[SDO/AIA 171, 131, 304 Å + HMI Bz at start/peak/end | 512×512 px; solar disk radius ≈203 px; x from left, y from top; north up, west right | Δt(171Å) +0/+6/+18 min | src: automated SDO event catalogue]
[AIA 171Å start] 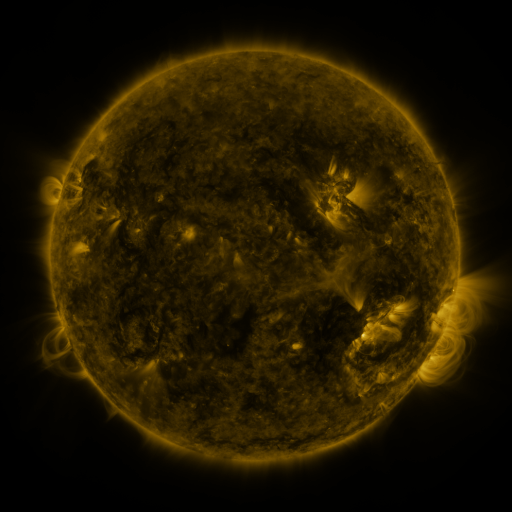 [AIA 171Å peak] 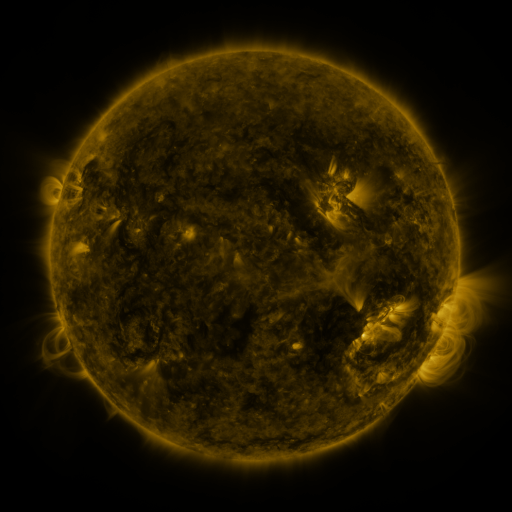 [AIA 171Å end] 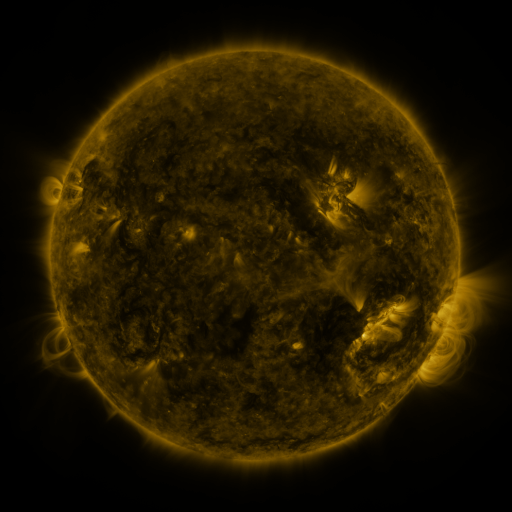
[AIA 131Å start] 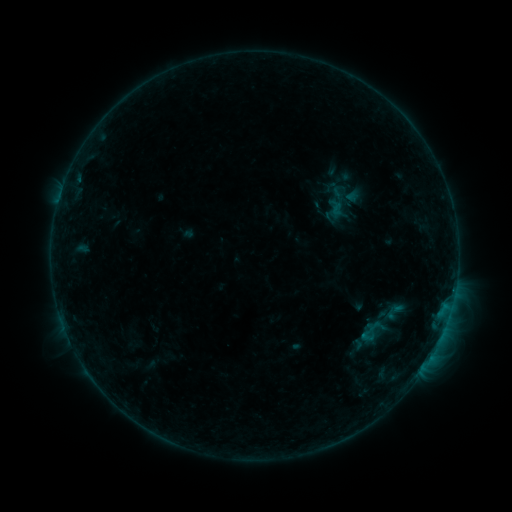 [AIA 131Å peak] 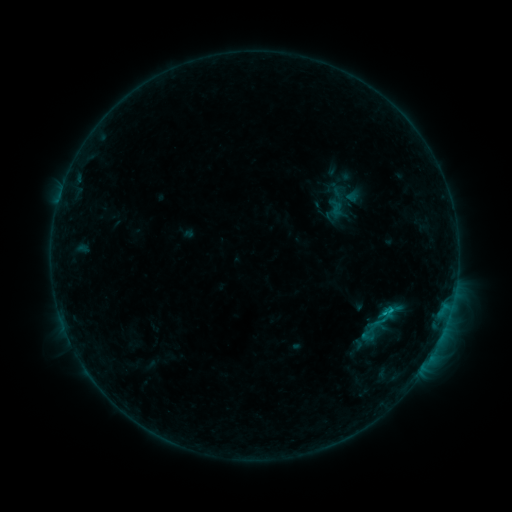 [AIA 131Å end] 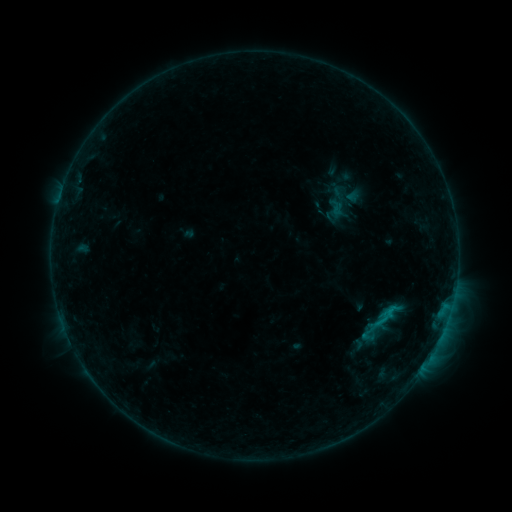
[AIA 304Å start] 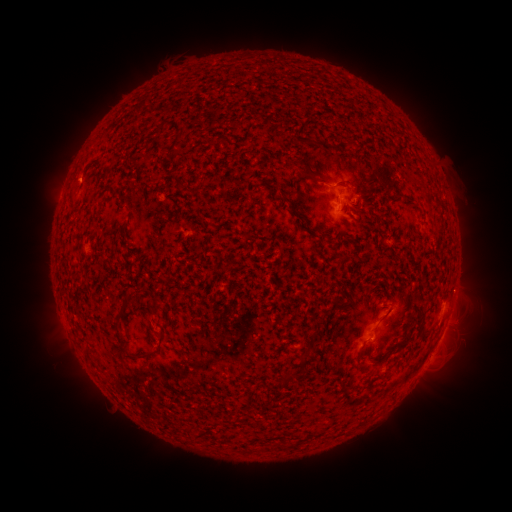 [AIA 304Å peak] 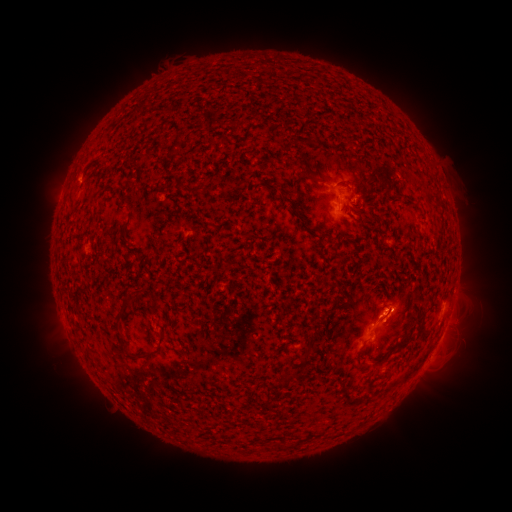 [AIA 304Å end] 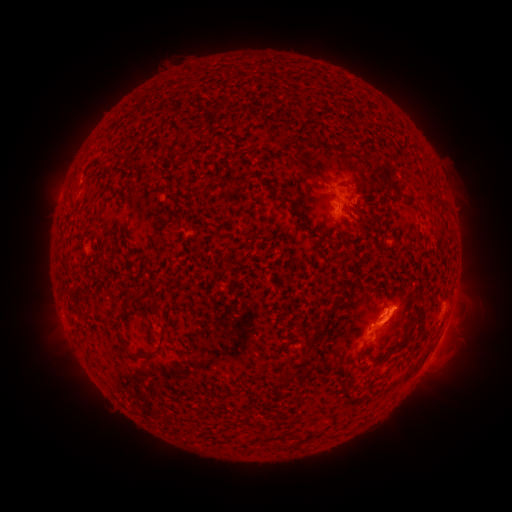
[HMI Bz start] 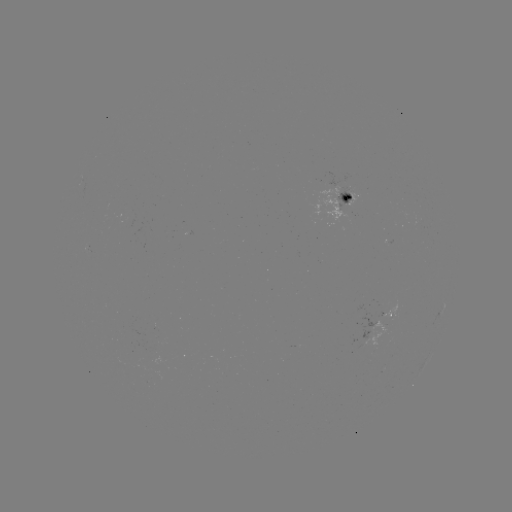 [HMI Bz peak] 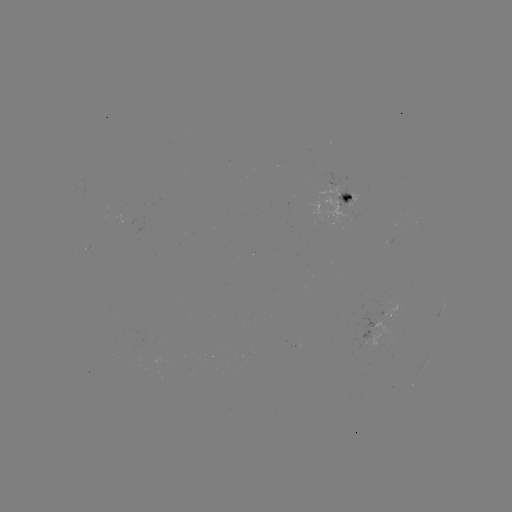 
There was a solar eruption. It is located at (395, 317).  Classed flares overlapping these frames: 1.